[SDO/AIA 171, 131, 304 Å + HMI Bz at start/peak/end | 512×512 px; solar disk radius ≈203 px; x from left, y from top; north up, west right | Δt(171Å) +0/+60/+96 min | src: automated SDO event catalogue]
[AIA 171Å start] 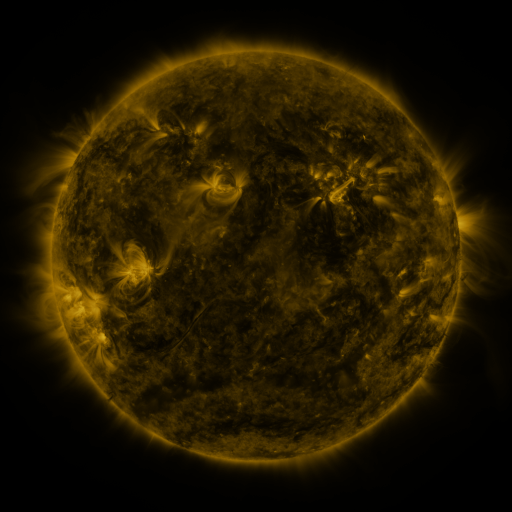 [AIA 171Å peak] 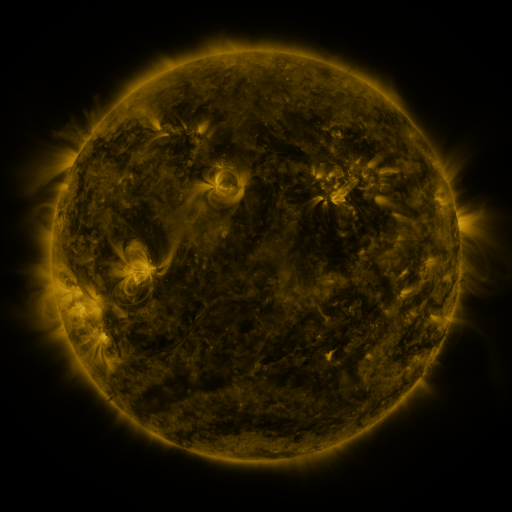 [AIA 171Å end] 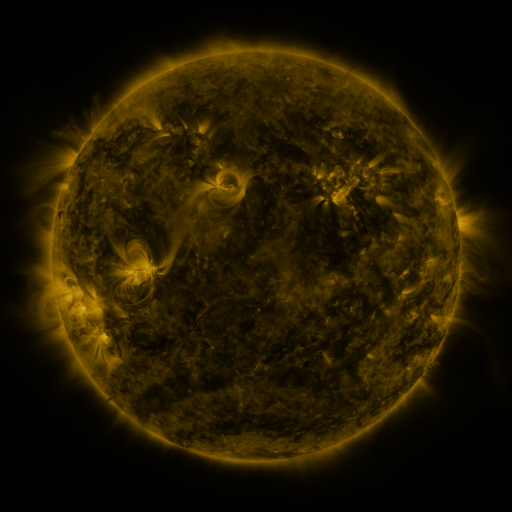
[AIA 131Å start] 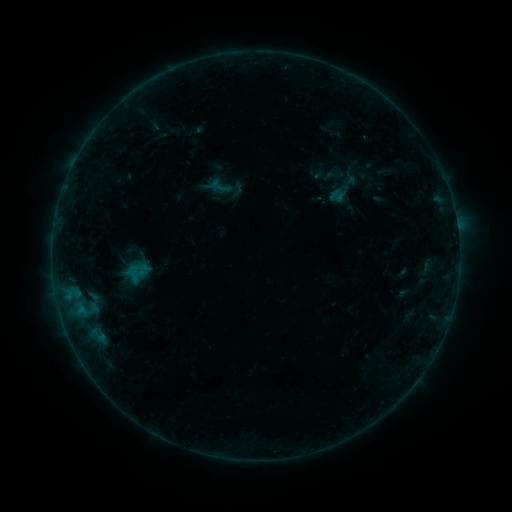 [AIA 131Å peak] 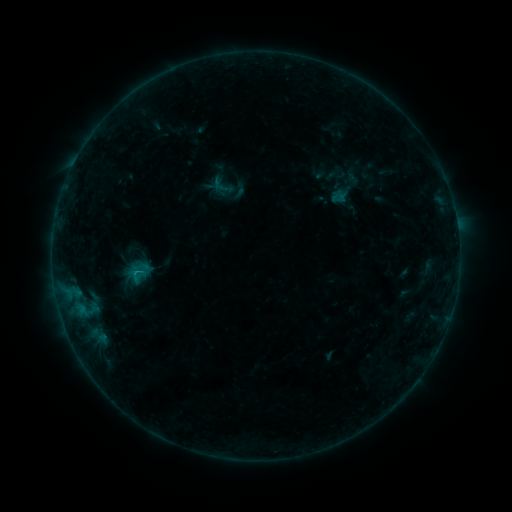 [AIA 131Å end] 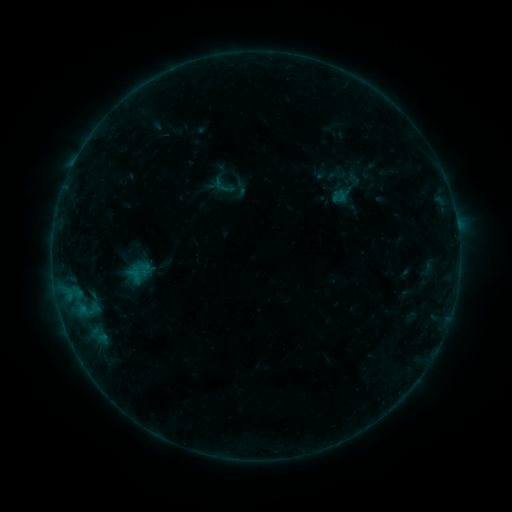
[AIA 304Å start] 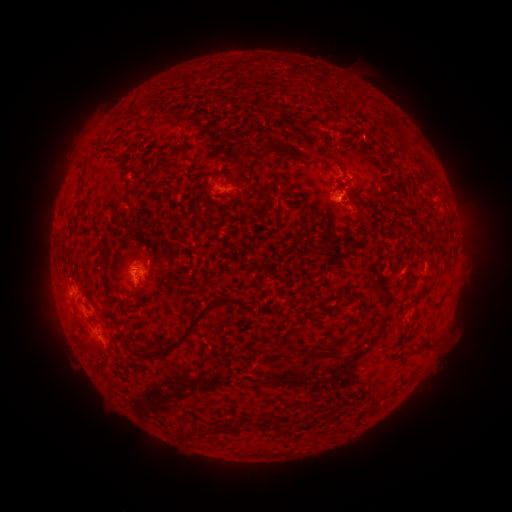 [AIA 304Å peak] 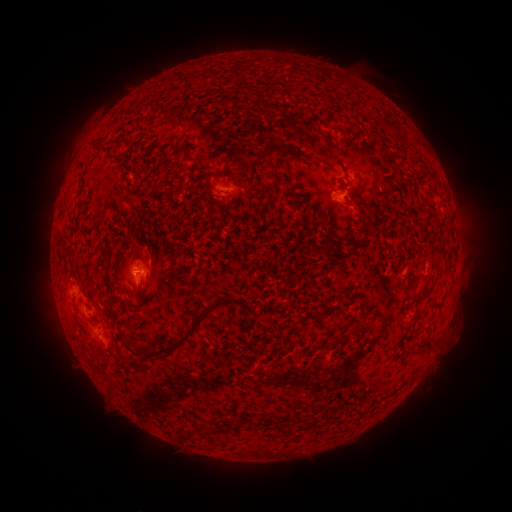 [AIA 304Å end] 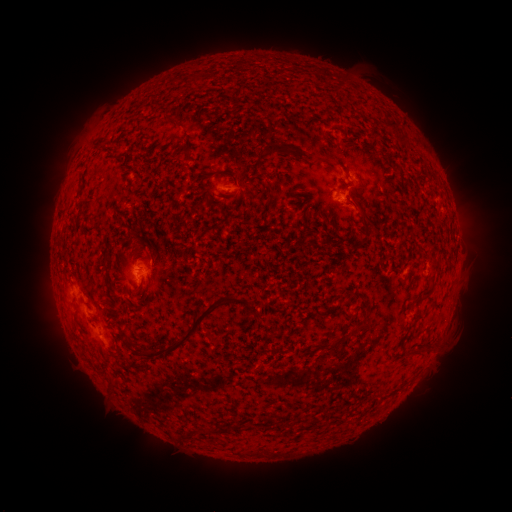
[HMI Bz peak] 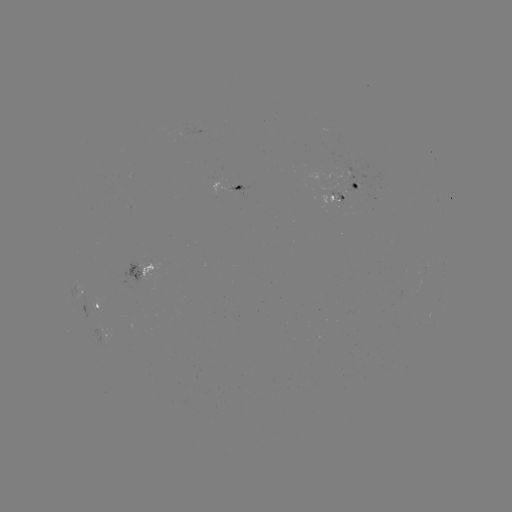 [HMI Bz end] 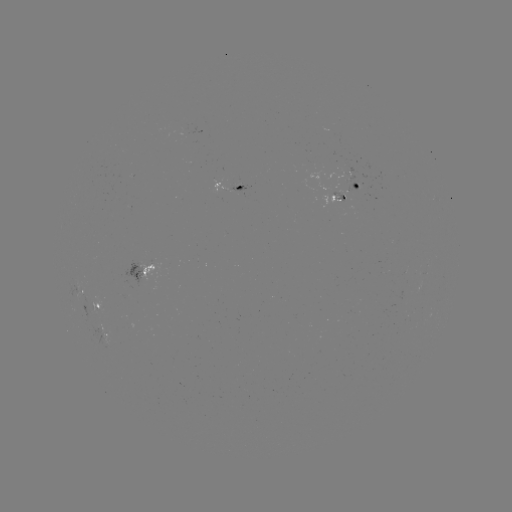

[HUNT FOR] emerging-flux region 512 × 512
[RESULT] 328,131